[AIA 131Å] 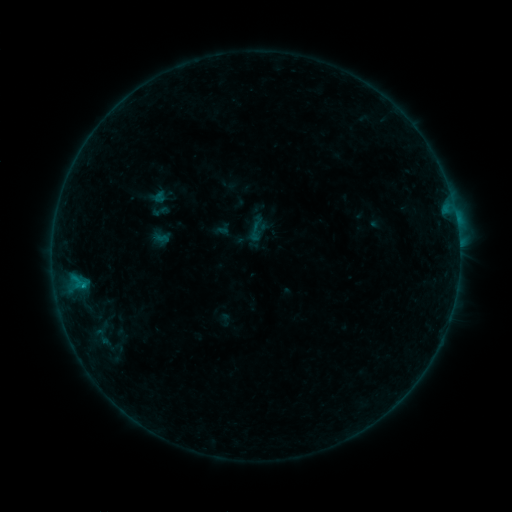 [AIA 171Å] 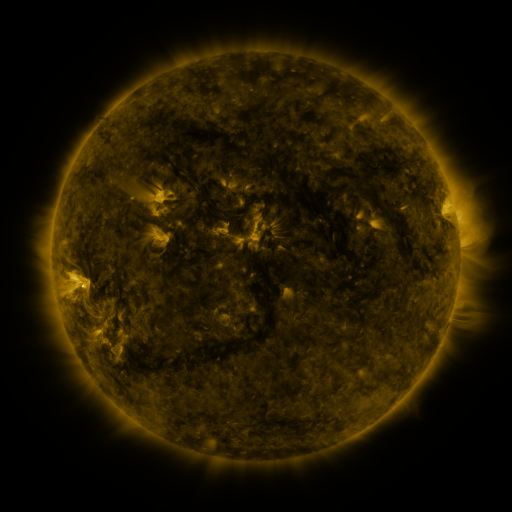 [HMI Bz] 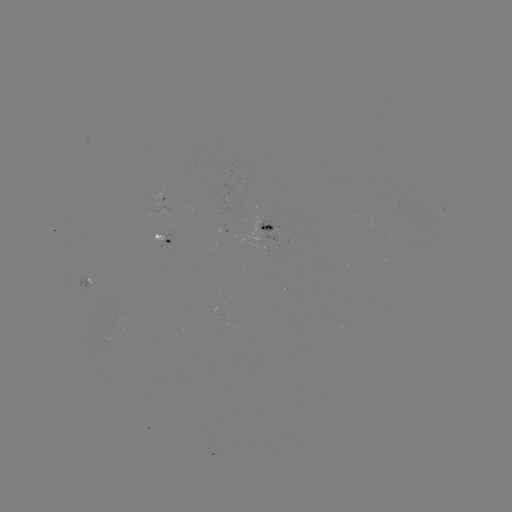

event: sigmoid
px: (160, 211)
